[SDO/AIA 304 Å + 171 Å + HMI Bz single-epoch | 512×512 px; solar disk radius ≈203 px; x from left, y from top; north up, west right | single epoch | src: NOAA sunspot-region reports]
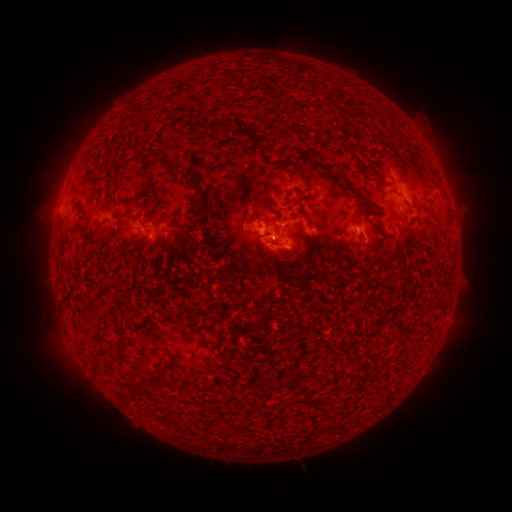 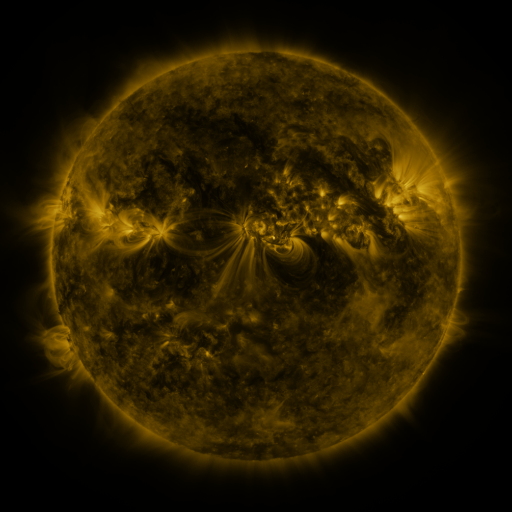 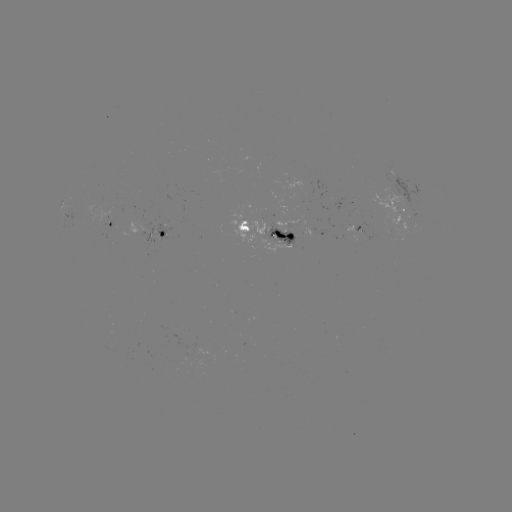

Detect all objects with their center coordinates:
spotted active region: (406, 207)
spotted active region: (65, 213)
spotted active region: (113, 226)
spotted active region: (364, 230)
spotted active region: (269, 233)
spotted active region: (162, 234)
